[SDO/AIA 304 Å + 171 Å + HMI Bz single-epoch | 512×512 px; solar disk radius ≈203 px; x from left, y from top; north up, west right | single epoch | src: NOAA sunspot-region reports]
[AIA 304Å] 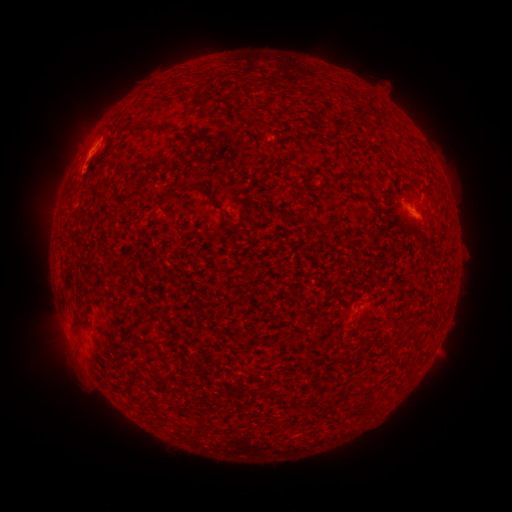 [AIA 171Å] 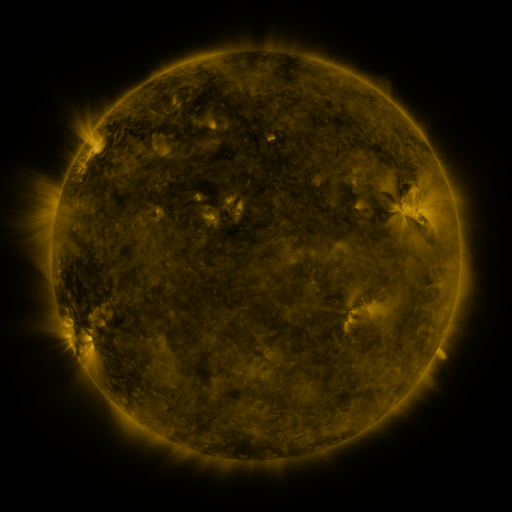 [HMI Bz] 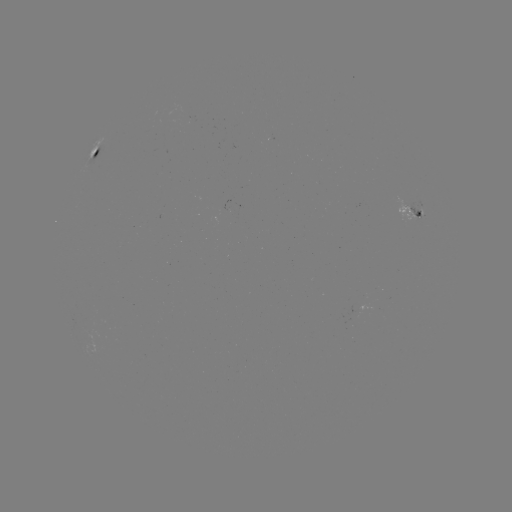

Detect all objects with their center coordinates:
spotted active region: (92, 154)
spotted active region: (411, 208)
